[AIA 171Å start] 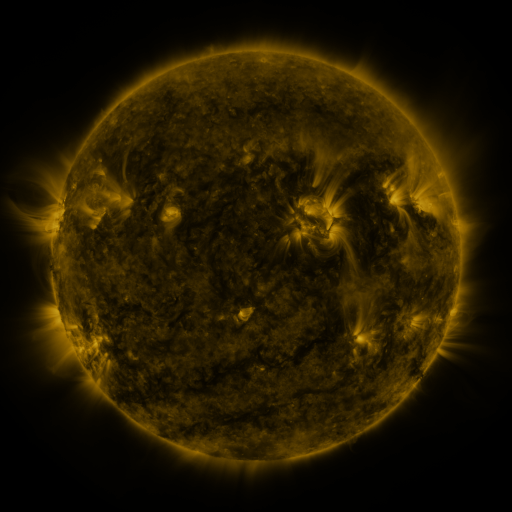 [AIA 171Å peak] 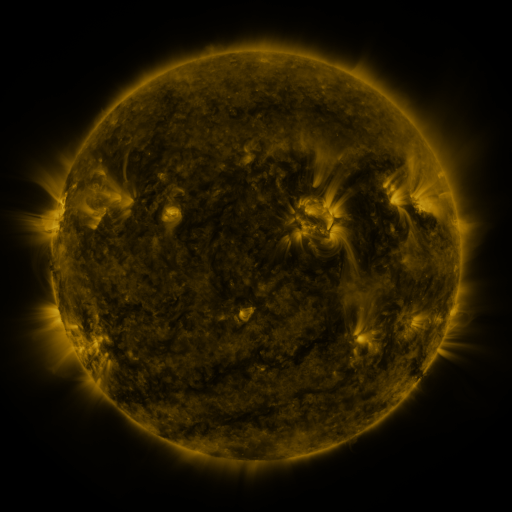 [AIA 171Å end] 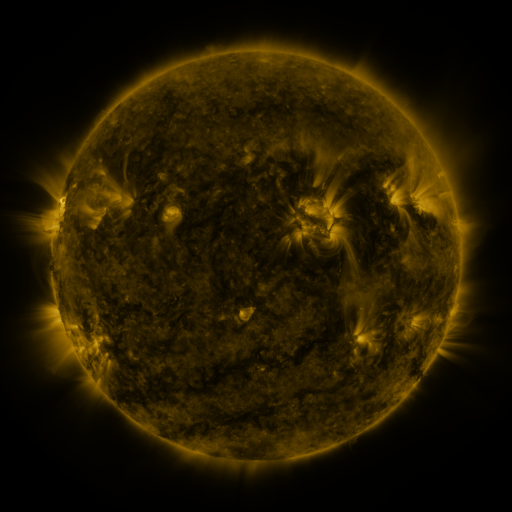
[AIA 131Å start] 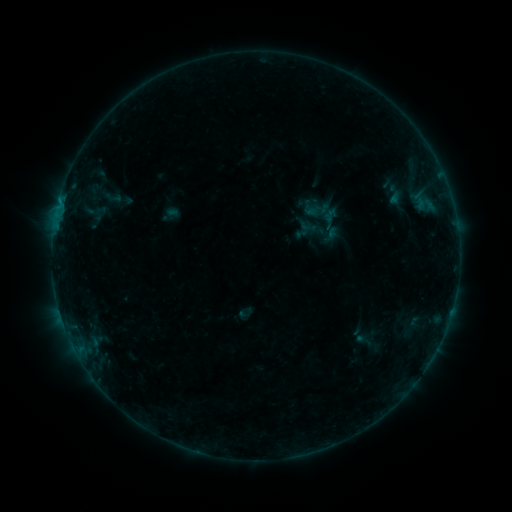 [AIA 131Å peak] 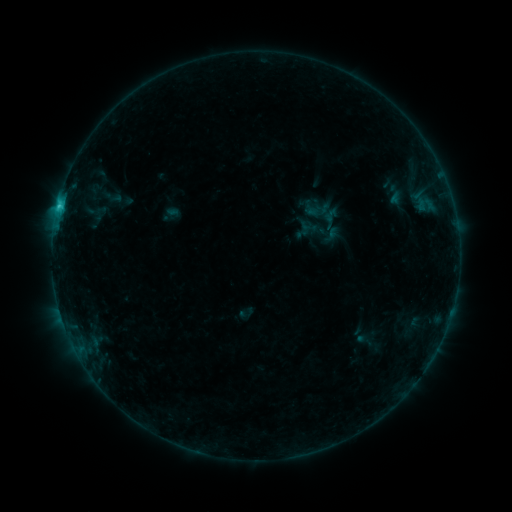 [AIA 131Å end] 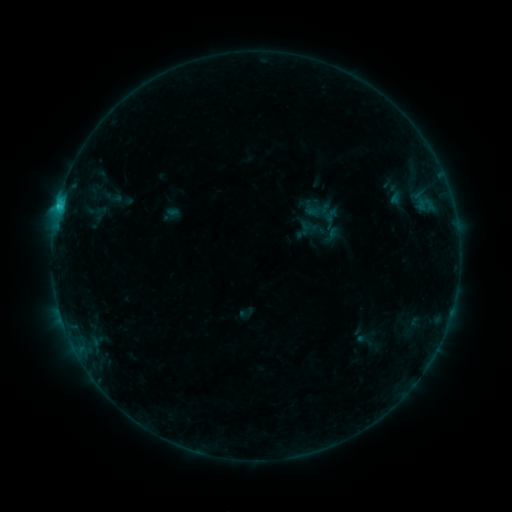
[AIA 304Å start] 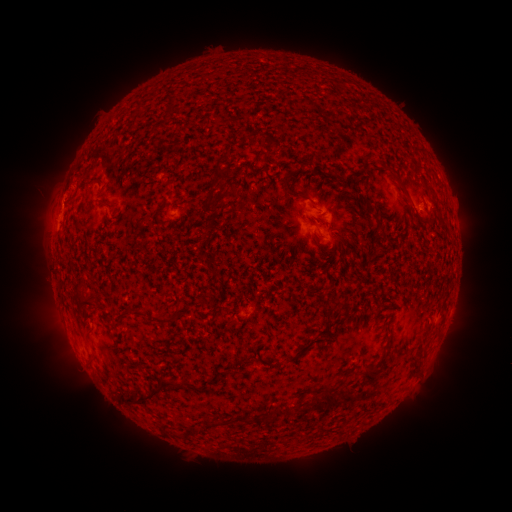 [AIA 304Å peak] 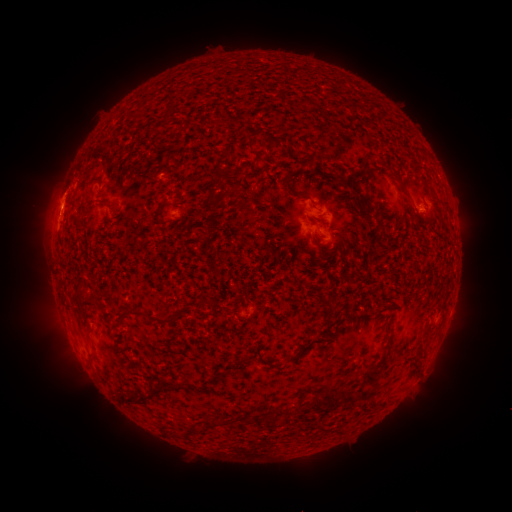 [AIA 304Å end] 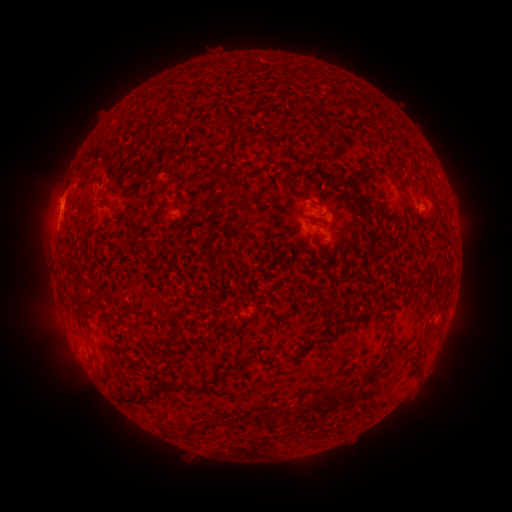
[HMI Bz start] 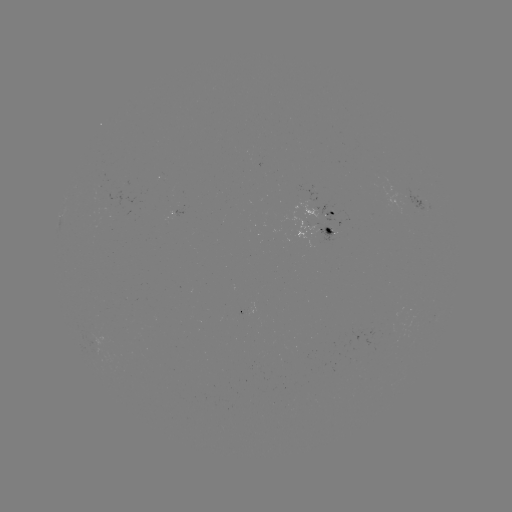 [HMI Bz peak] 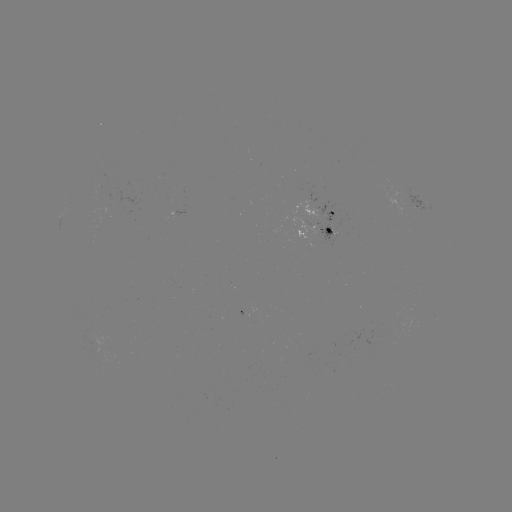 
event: flare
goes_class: C1.7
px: (60, 206)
